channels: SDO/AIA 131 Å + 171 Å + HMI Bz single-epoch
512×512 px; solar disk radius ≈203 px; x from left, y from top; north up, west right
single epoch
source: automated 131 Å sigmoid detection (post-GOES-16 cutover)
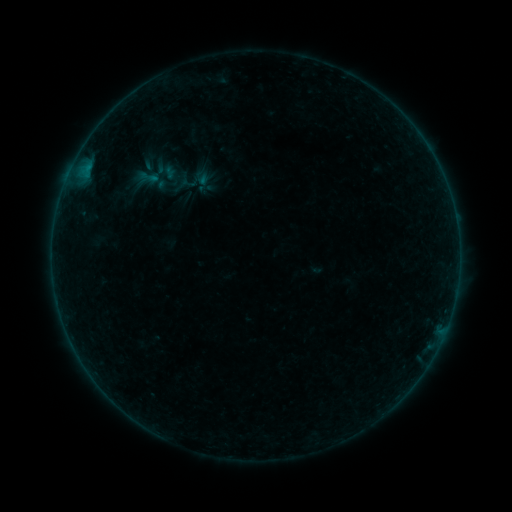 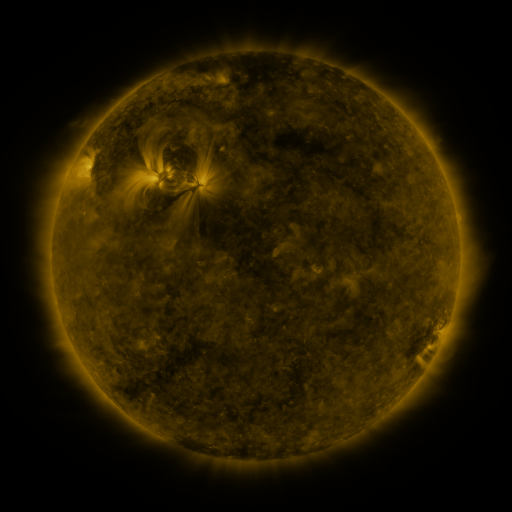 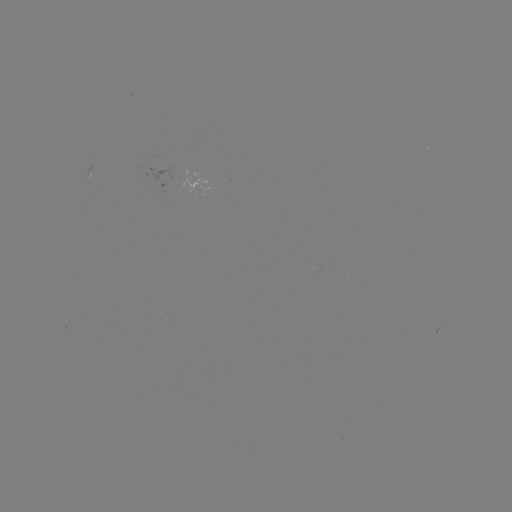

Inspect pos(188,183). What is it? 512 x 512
sigmoid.